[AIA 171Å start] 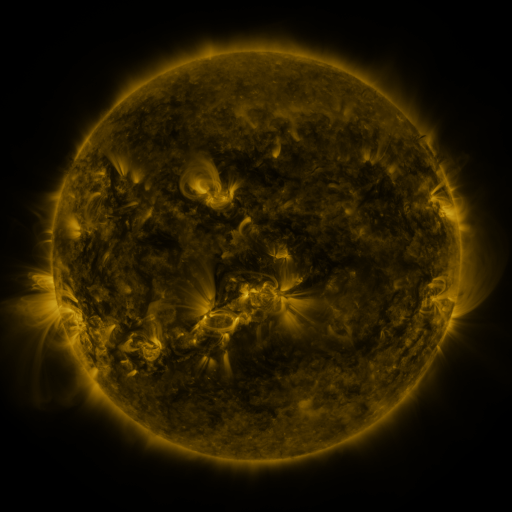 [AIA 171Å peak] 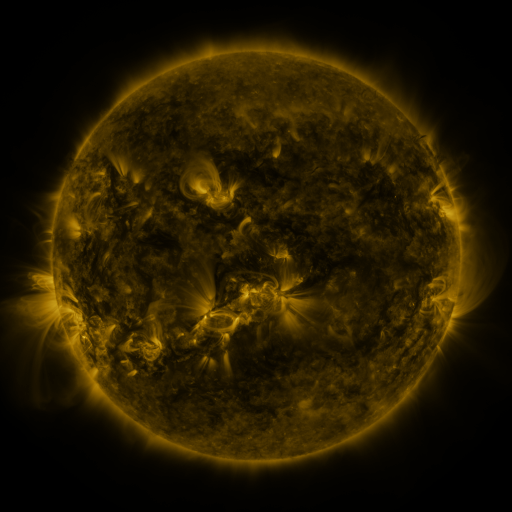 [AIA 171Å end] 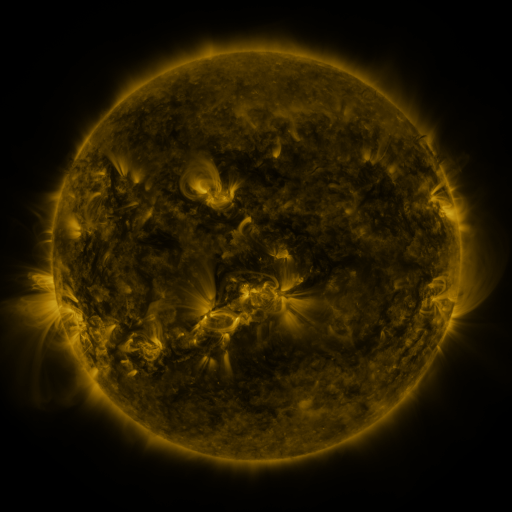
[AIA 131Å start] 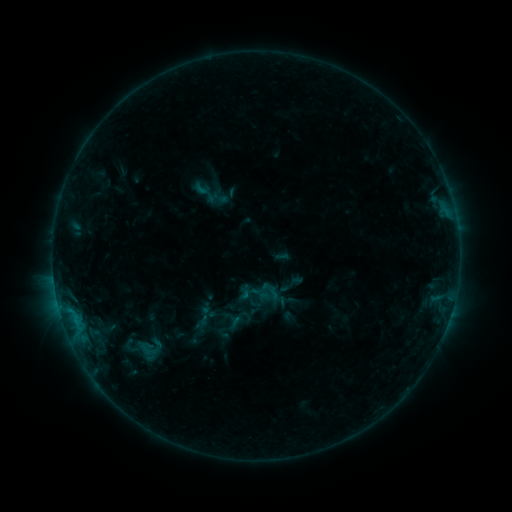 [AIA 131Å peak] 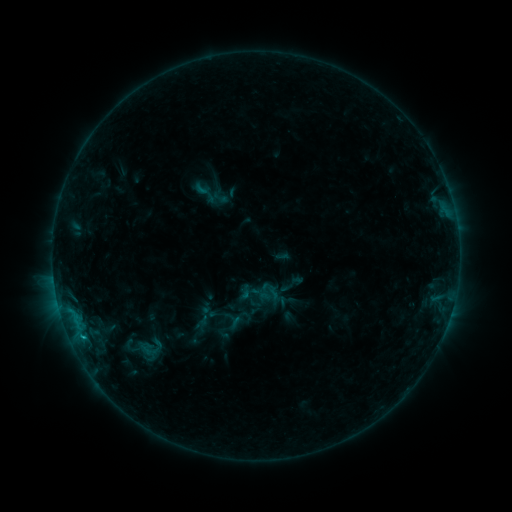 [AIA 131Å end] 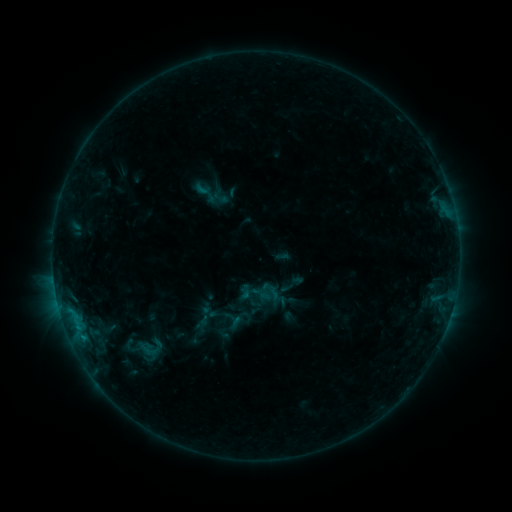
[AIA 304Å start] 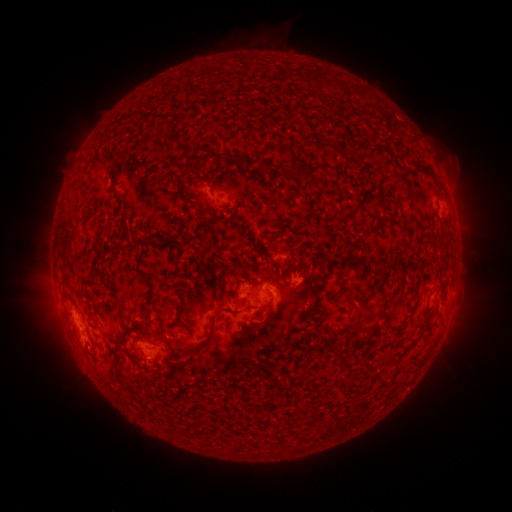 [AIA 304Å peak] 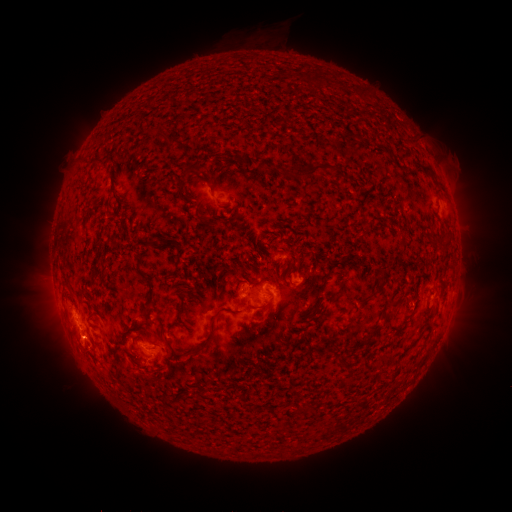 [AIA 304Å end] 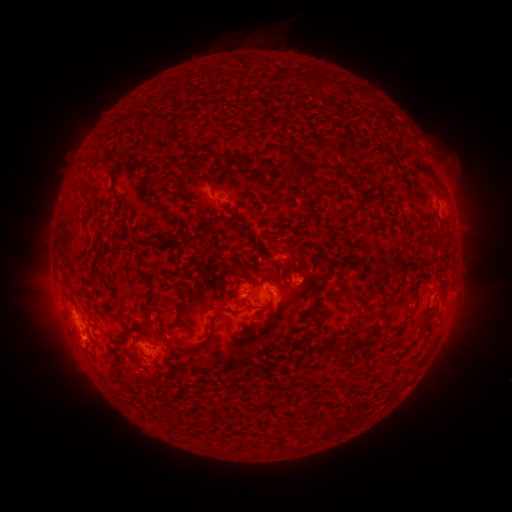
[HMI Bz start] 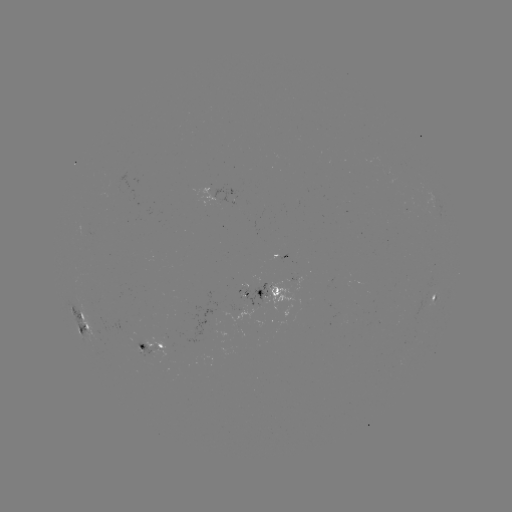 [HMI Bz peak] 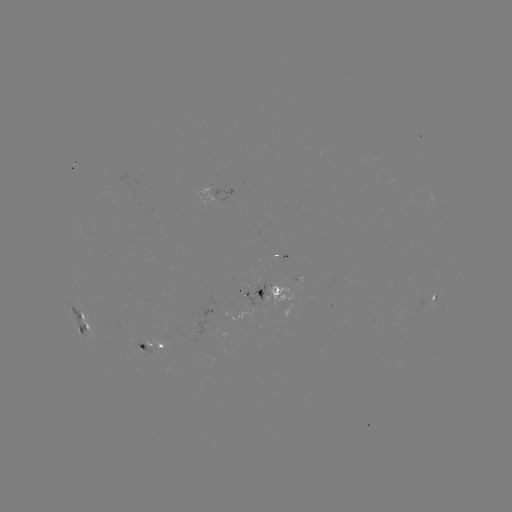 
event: flare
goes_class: B9.0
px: (83, 337)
